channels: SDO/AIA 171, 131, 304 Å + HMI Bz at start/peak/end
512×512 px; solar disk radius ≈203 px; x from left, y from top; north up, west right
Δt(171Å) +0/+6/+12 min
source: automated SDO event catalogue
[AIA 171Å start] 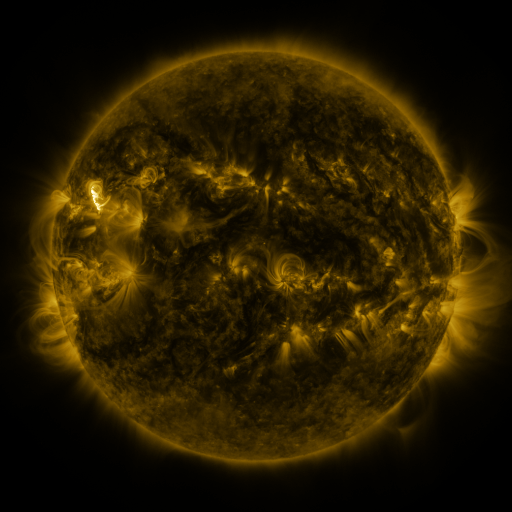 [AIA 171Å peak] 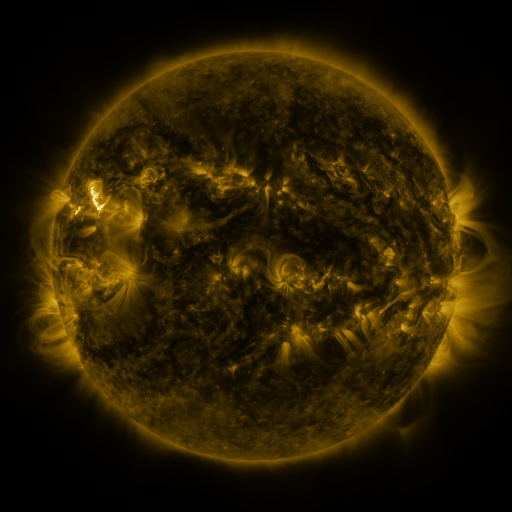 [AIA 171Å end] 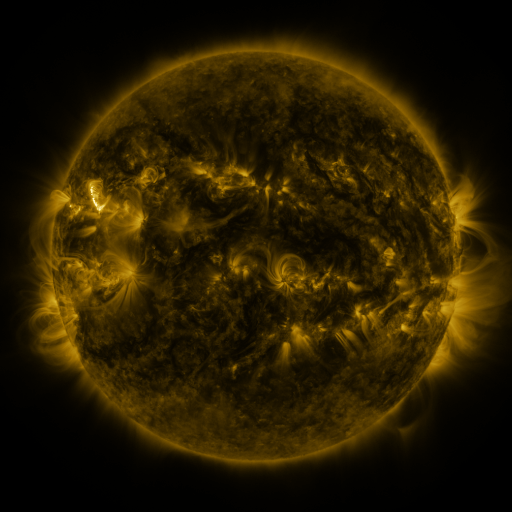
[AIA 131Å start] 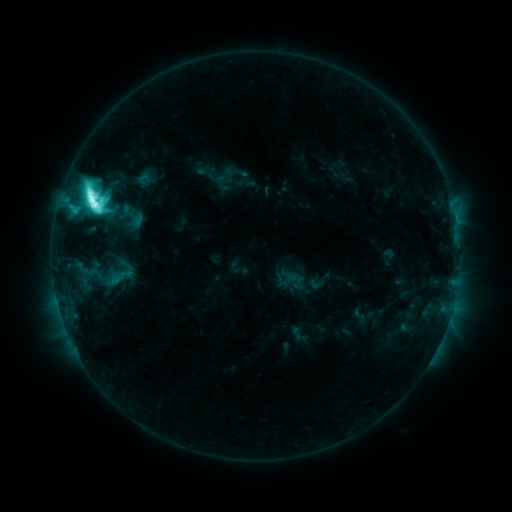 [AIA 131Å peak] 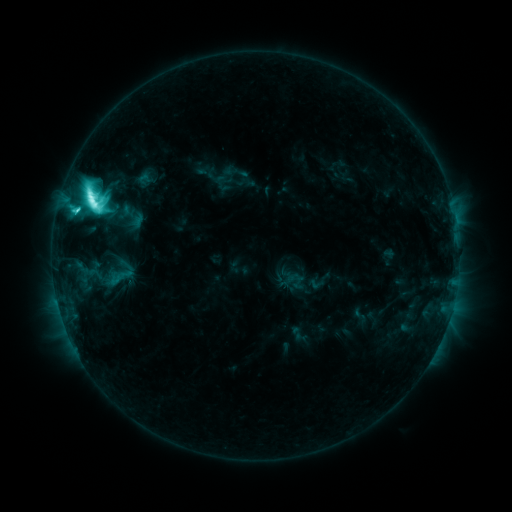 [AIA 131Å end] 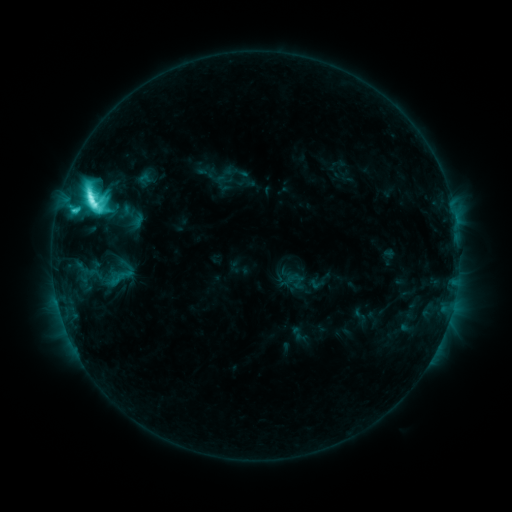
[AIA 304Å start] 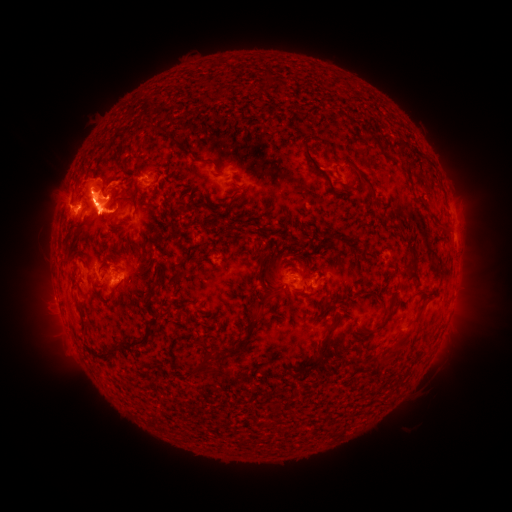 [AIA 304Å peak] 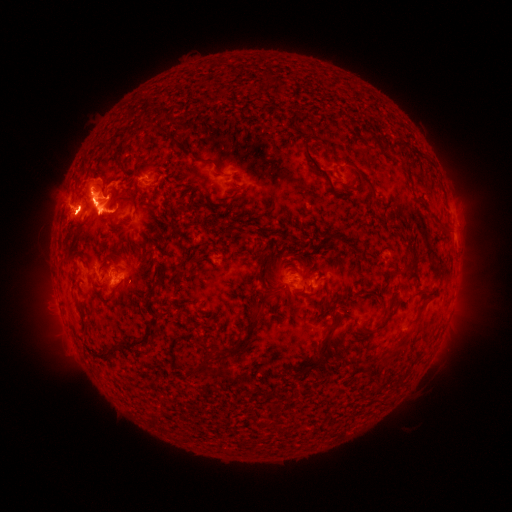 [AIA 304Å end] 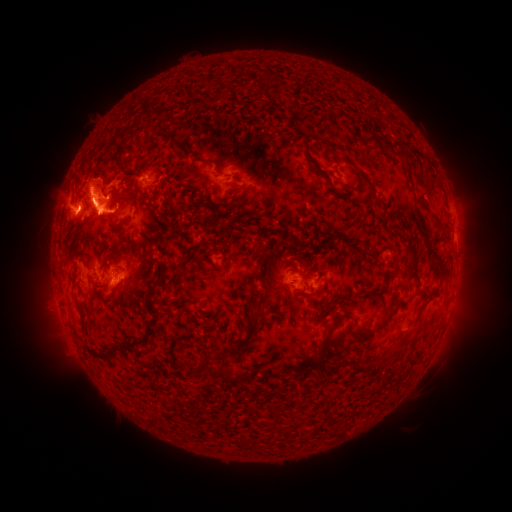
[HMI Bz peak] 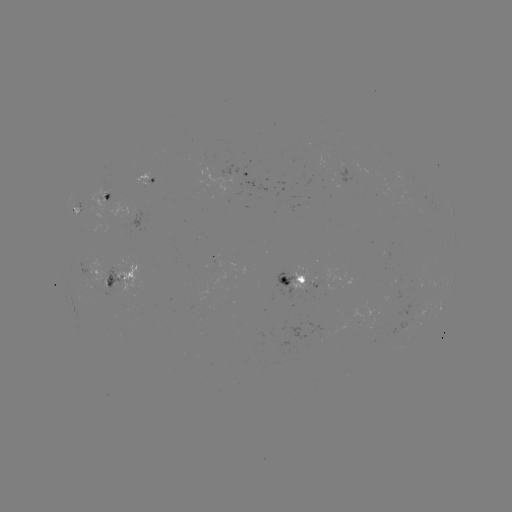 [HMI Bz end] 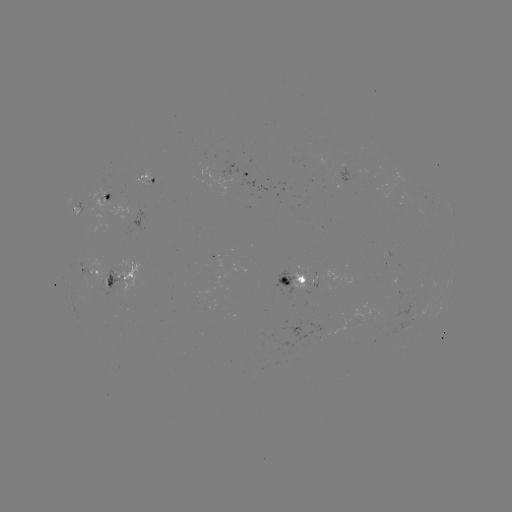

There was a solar eruption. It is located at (77, 205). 